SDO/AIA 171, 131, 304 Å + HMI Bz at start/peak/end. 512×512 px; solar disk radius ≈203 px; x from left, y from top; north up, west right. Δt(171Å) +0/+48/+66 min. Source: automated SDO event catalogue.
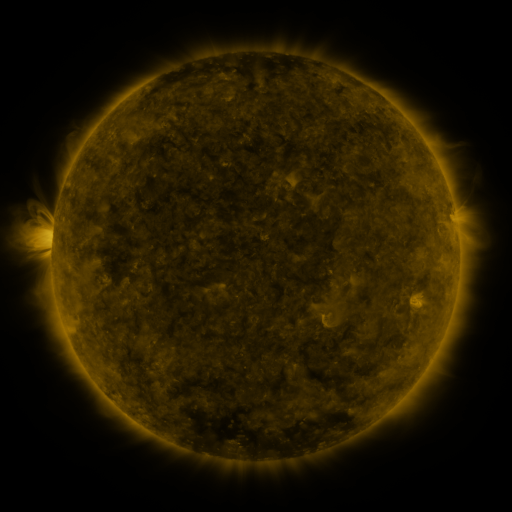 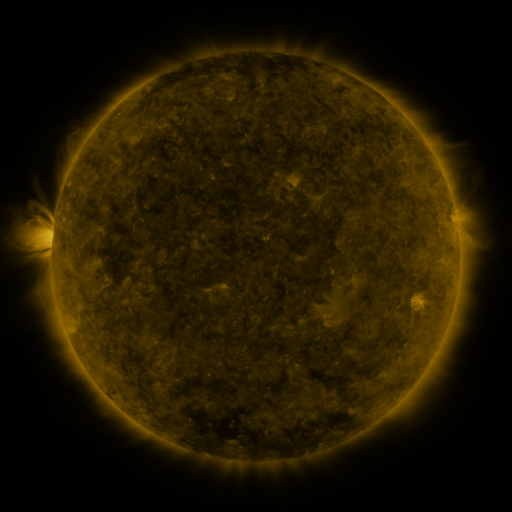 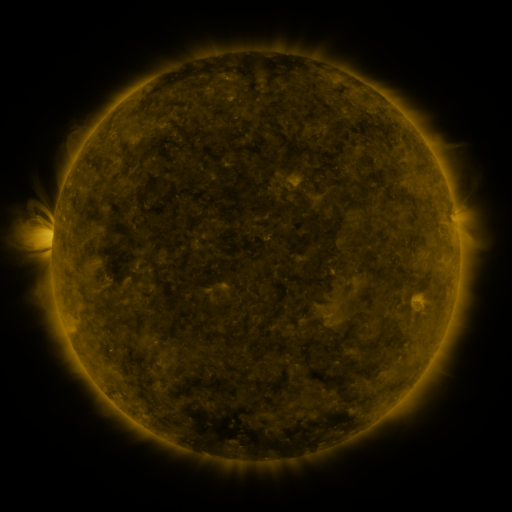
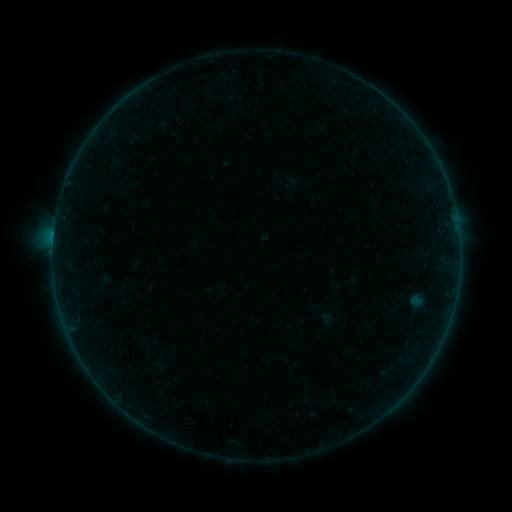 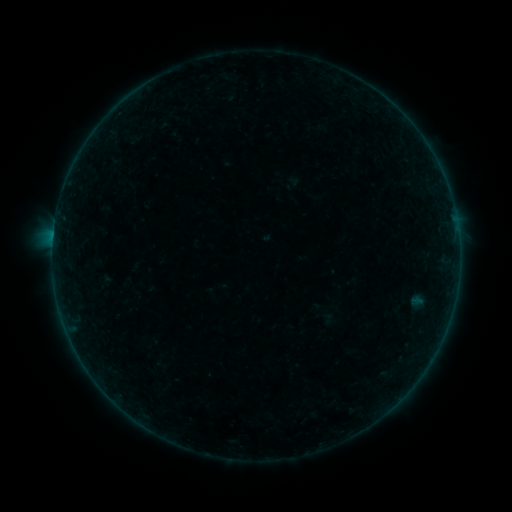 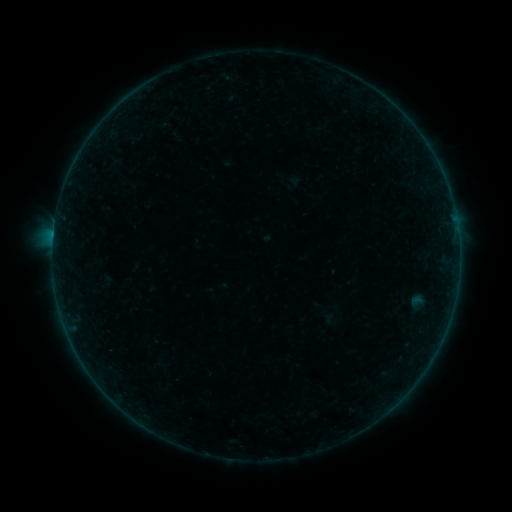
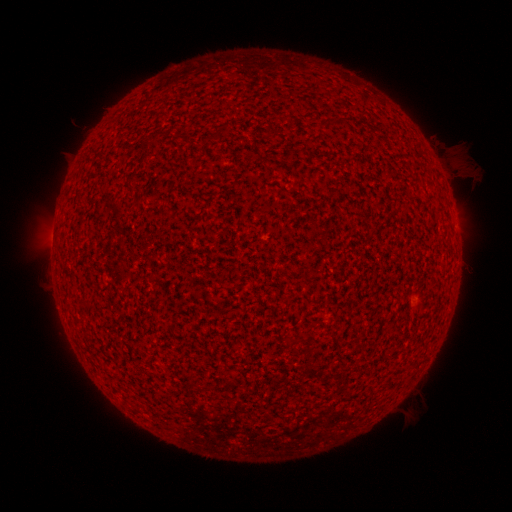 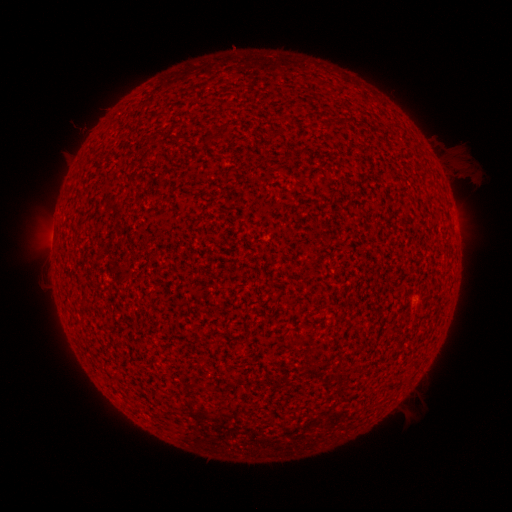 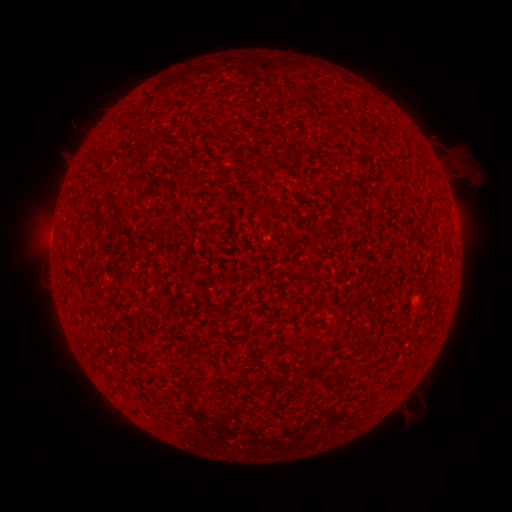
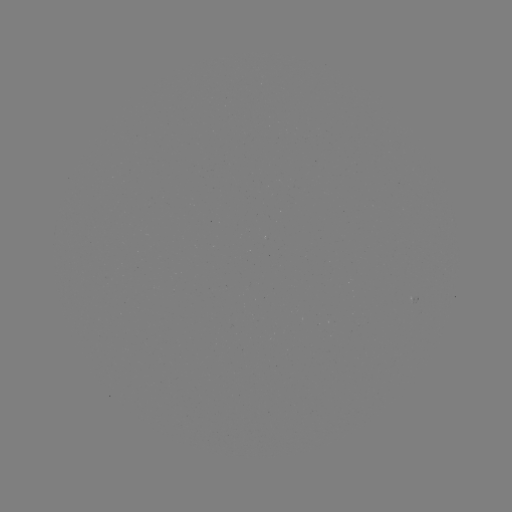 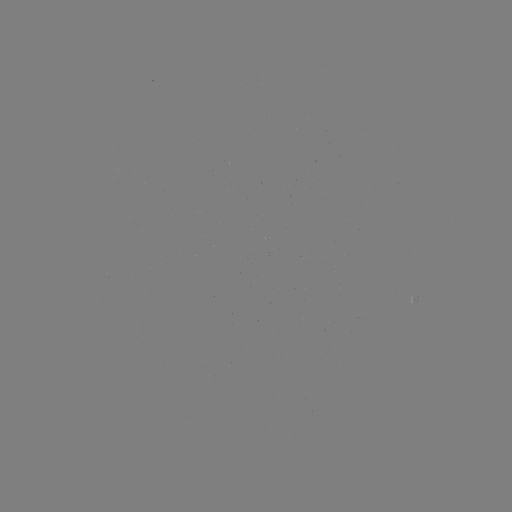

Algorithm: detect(A2.0 flare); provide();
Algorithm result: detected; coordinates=53,238